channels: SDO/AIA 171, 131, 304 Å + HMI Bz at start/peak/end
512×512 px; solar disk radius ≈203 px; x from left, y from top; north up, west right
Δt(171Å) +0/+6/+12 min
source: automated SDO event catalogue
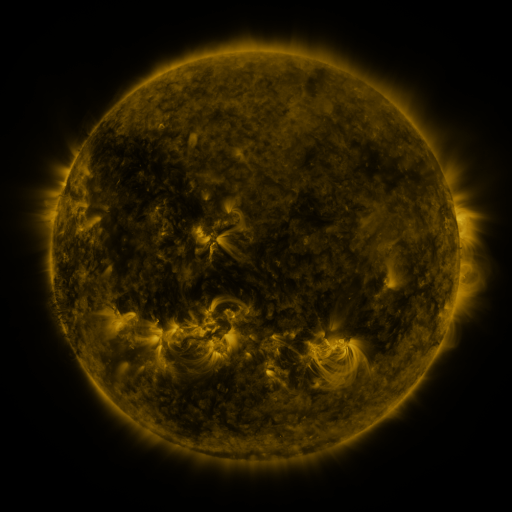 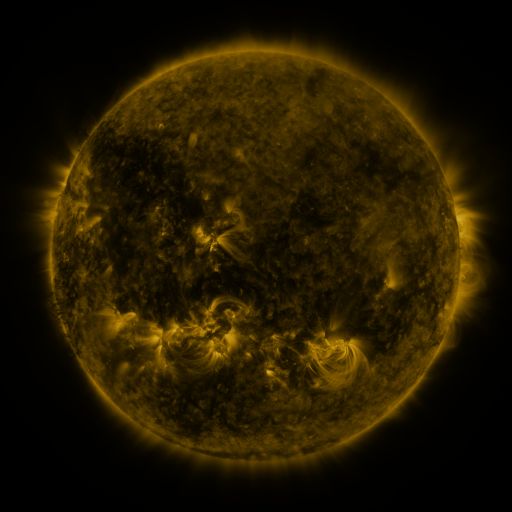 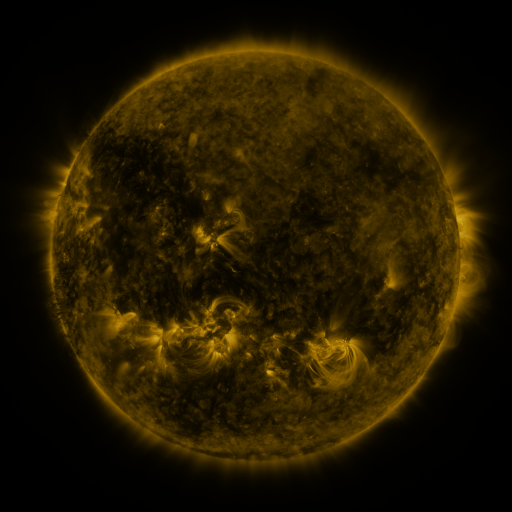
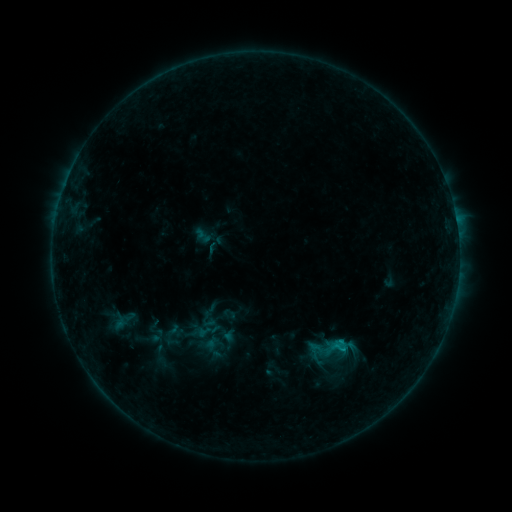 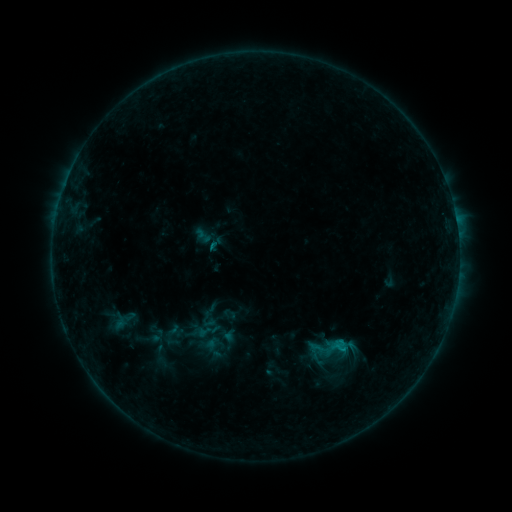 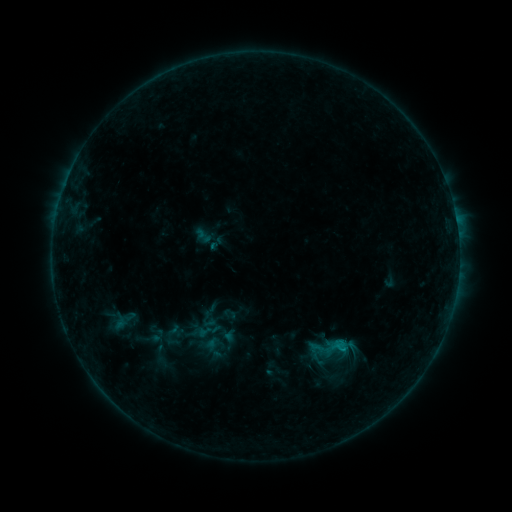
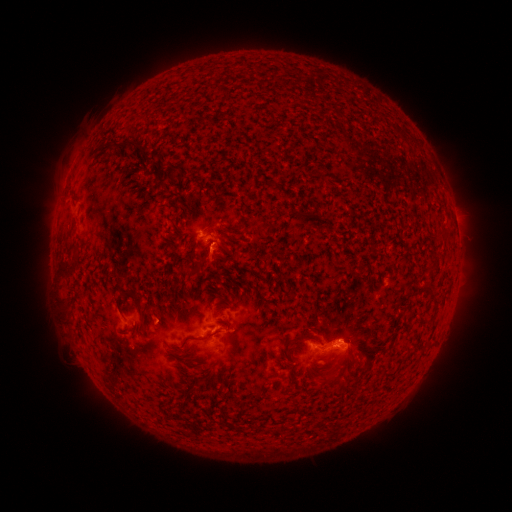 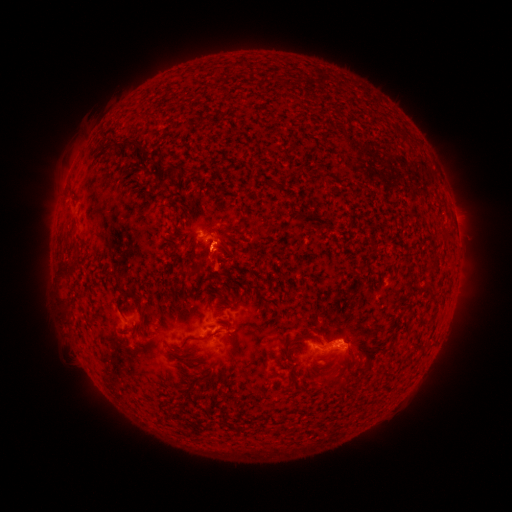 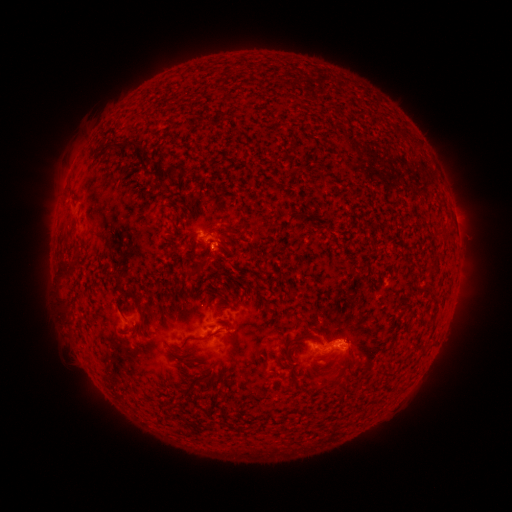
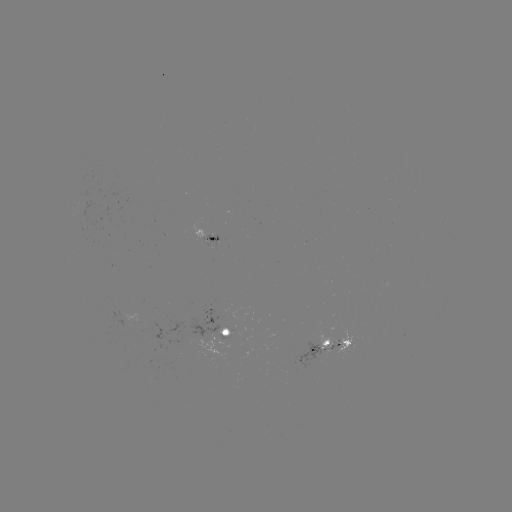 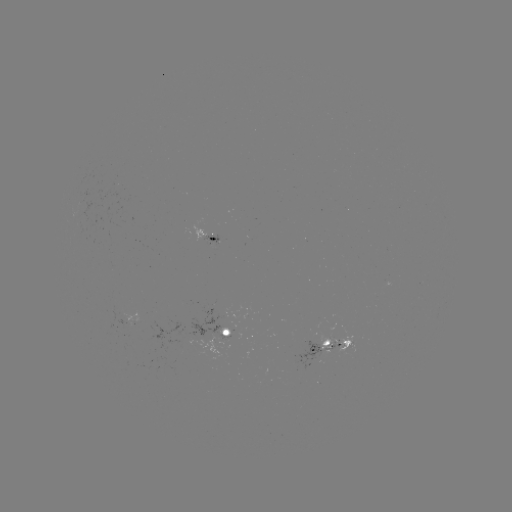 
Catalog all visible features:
eruption: (217, 259)
